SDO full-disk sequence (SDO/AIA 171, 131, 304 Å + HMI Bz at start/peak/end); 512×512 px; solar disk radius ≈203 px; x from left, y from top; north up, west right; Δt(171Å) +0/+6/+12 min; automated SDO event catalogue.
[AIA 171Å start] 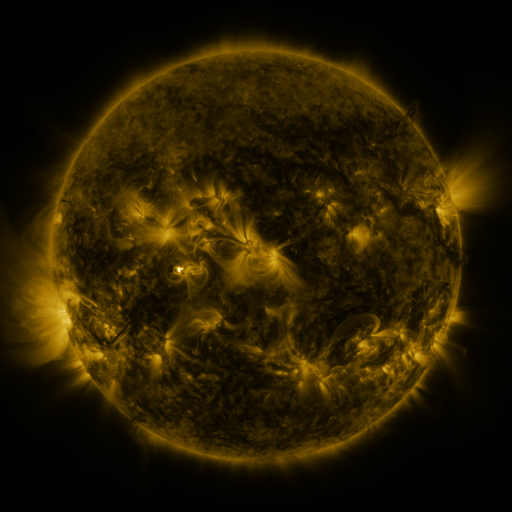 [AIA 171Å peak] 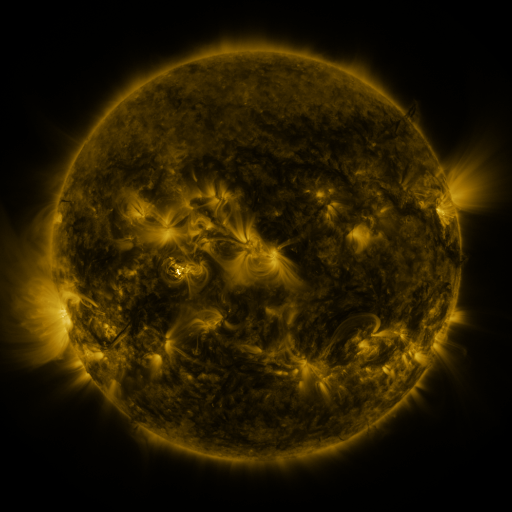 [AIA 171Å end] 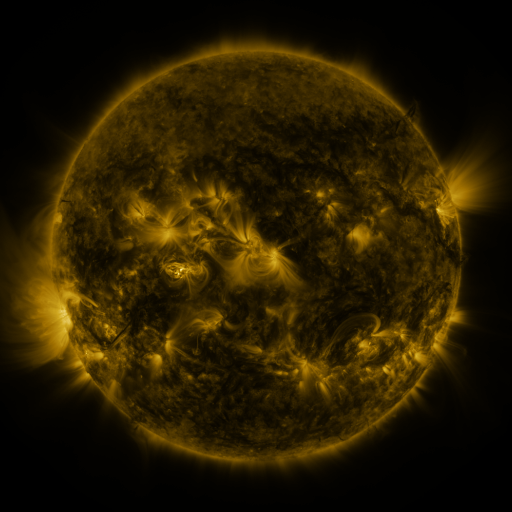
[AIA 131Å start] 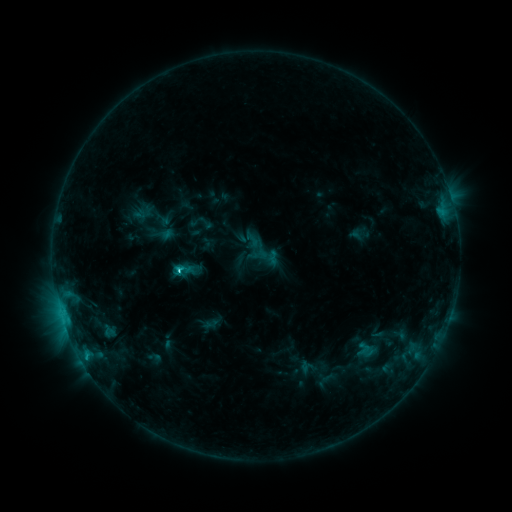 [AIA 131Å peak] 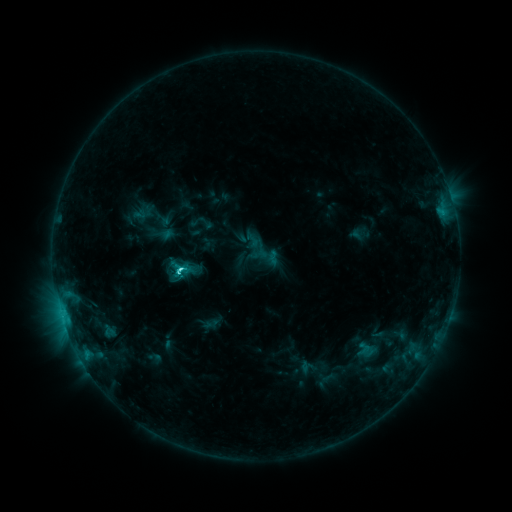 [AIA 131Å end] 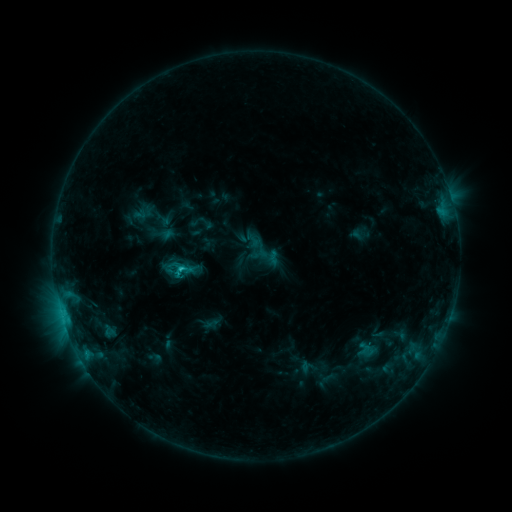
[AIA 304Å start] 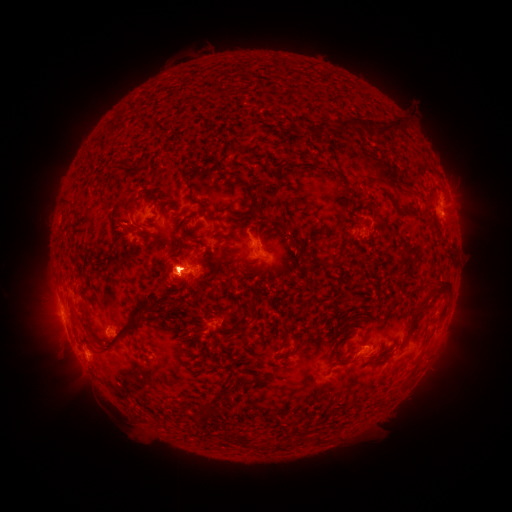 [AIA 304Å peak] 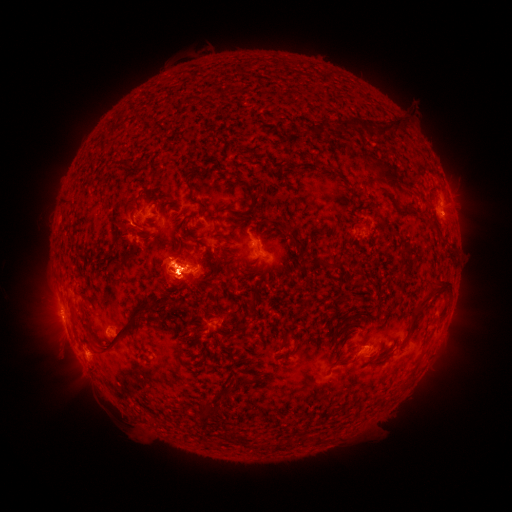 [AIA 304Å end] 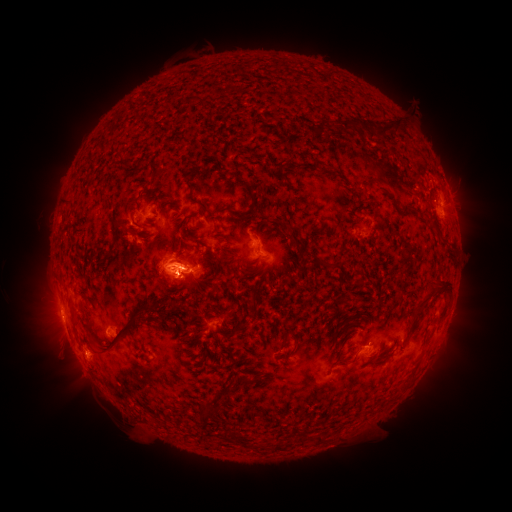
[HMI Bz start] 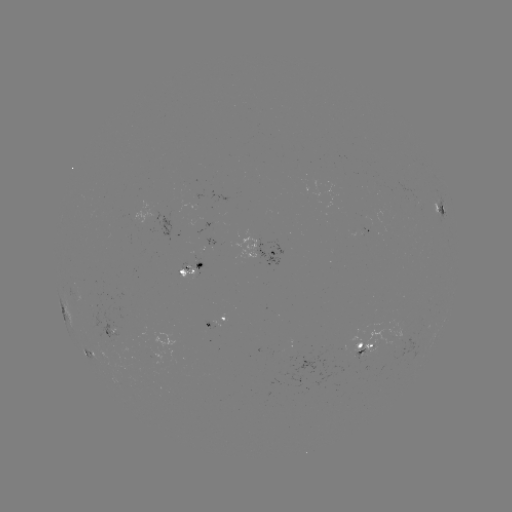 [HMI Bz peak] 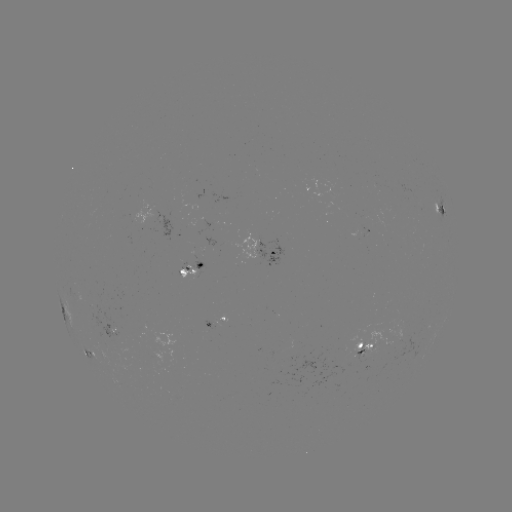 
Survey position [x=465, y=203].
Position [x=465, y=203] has eruption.